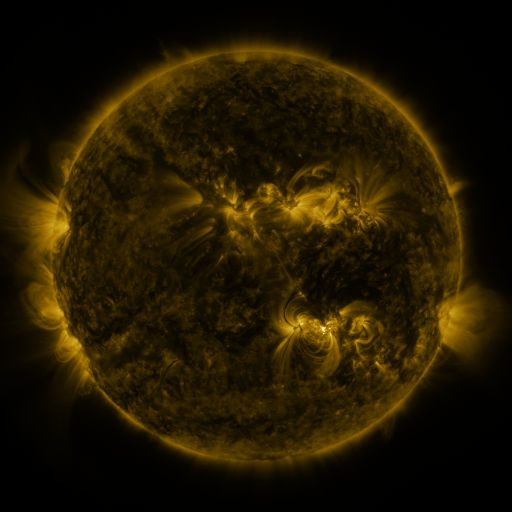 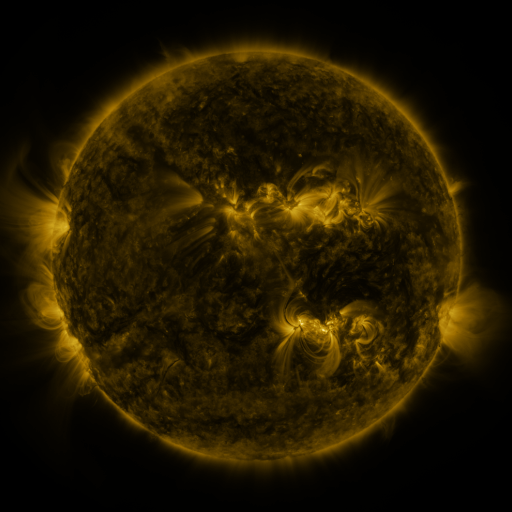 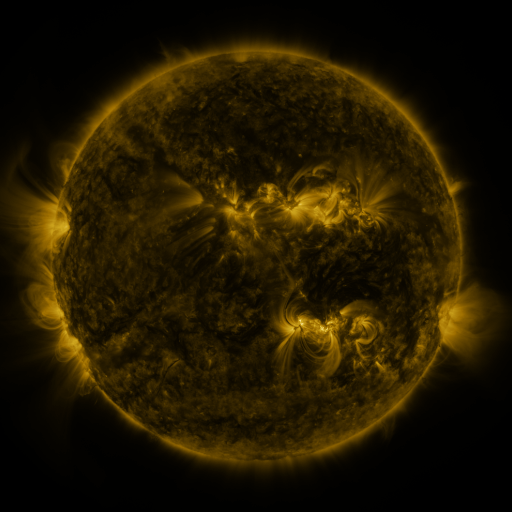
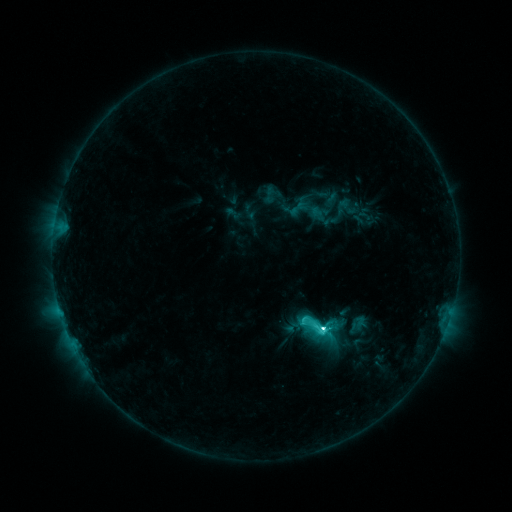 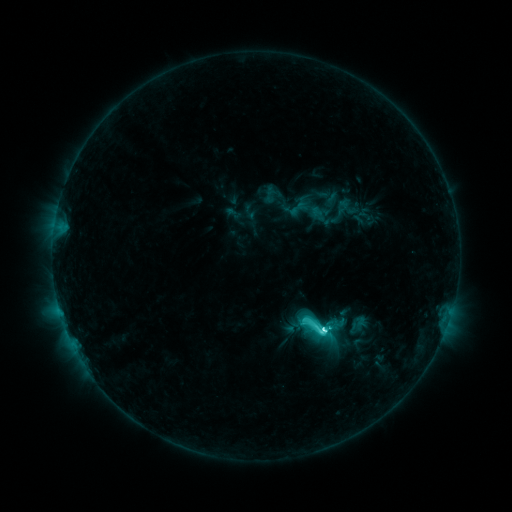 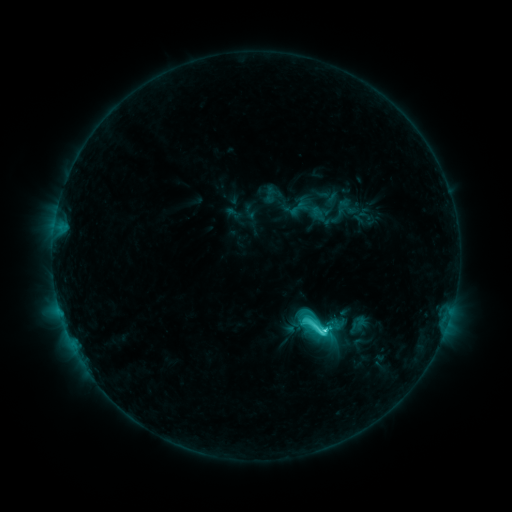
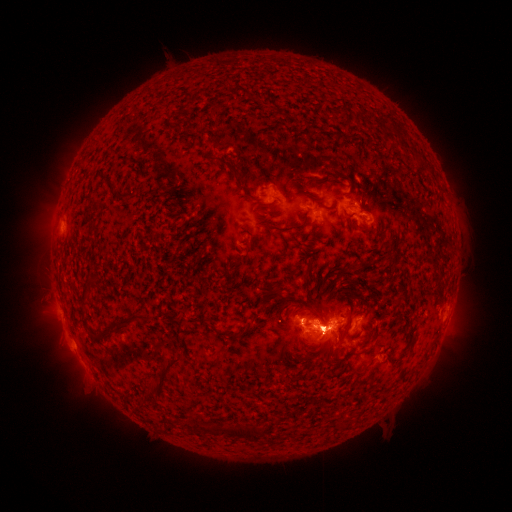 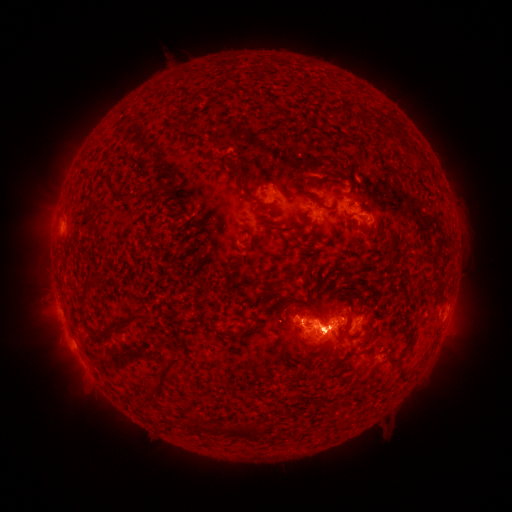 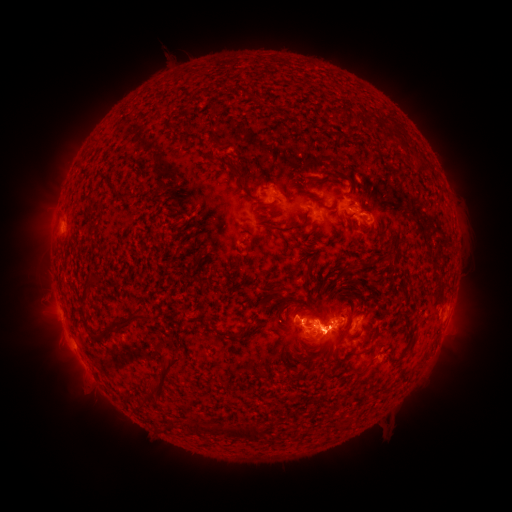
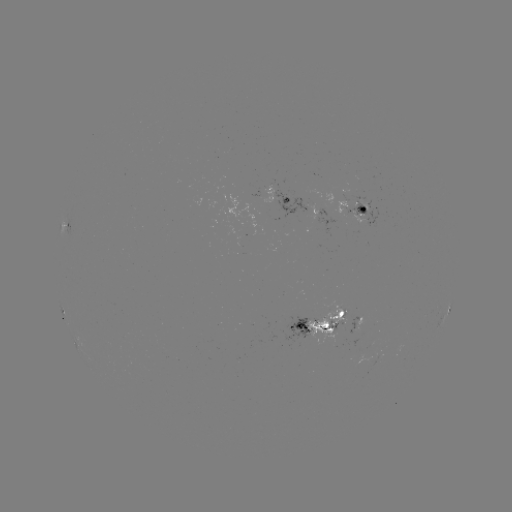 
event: flare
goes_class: C8.2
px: (322, 326)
